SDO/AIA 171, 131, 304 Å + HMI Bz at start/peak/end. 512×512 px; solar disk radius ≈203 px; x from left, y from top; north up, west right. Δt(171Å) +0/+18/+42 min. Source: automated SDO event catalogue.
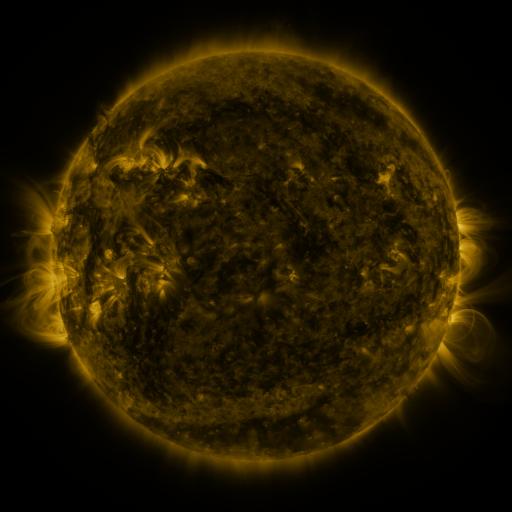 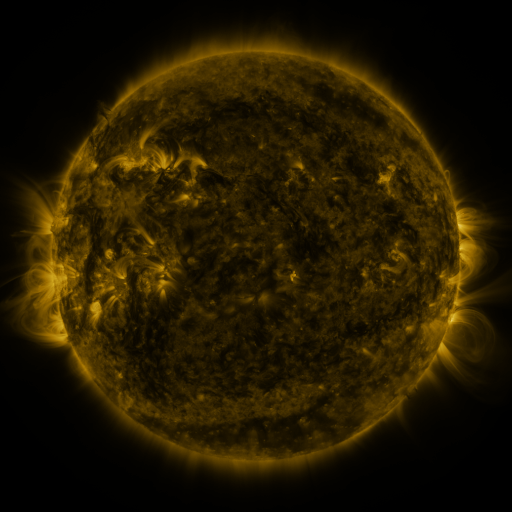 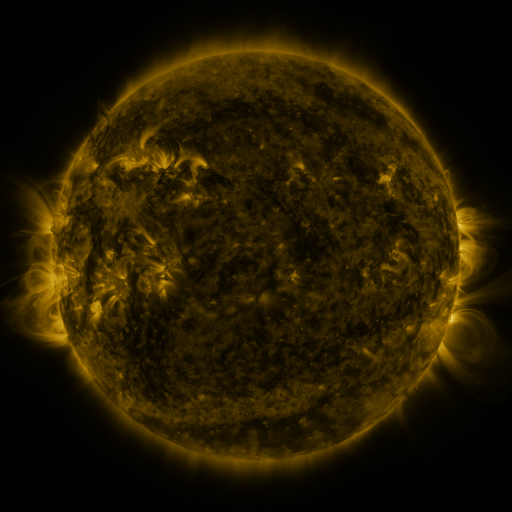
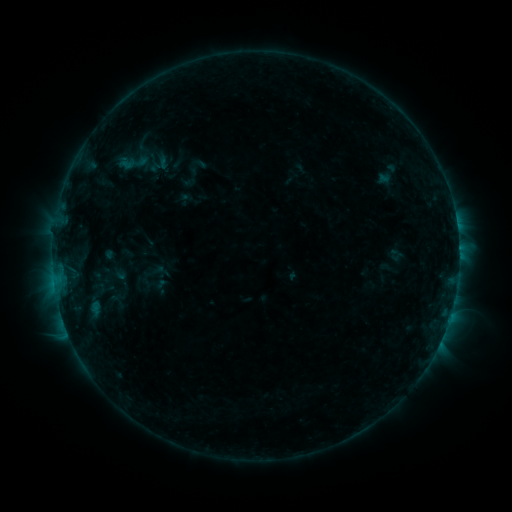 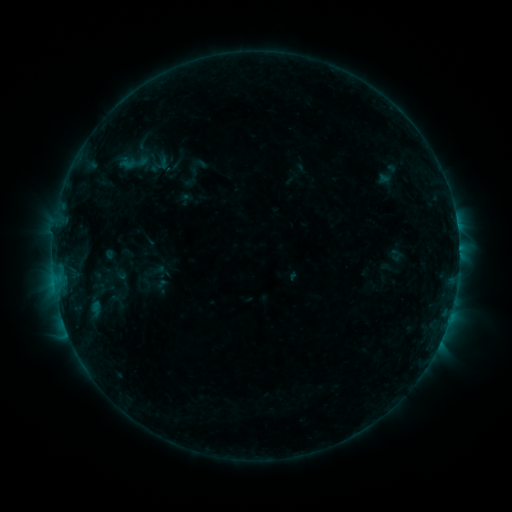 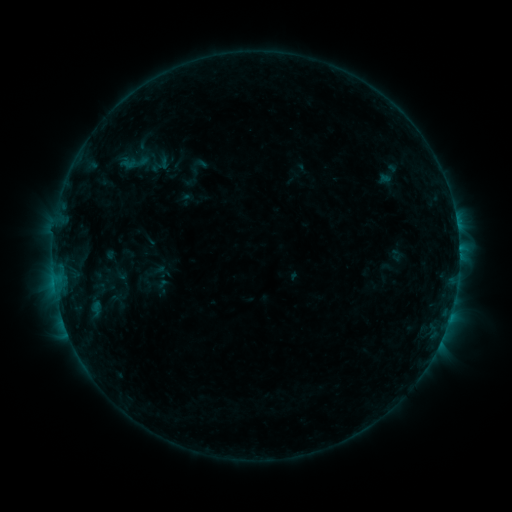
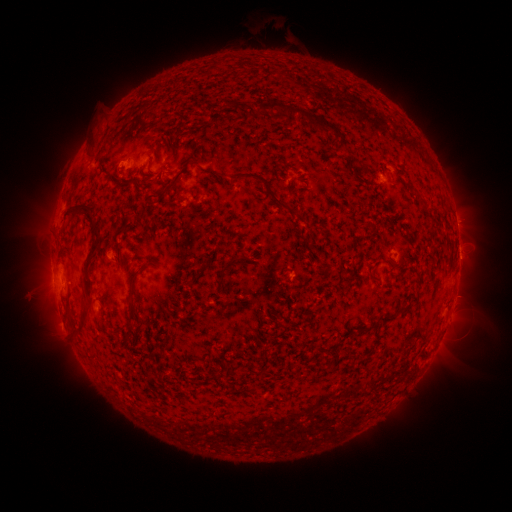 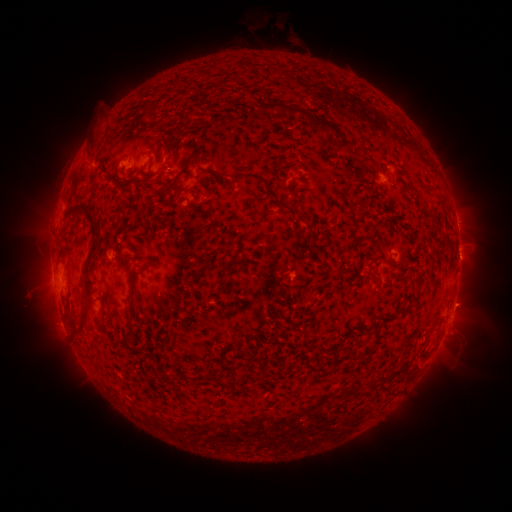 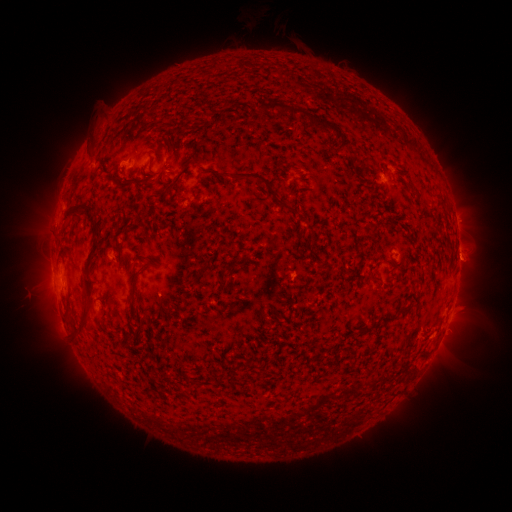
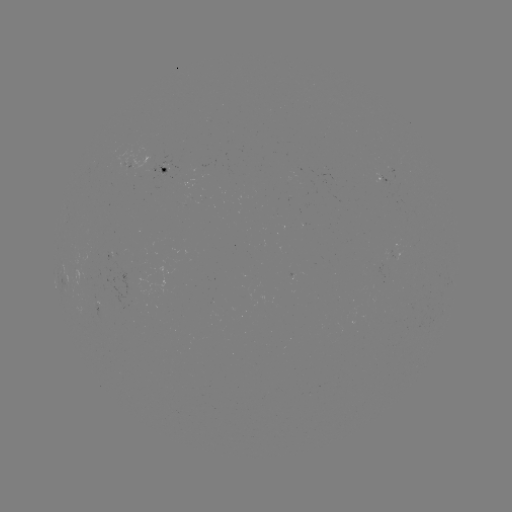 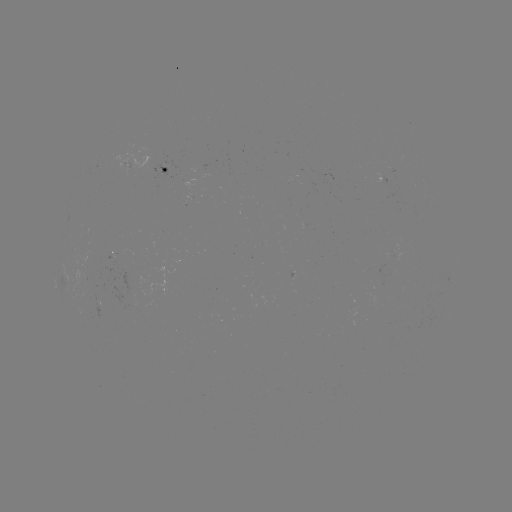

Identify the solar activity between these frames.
no flare in any classed list; no EUV-trigger detection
